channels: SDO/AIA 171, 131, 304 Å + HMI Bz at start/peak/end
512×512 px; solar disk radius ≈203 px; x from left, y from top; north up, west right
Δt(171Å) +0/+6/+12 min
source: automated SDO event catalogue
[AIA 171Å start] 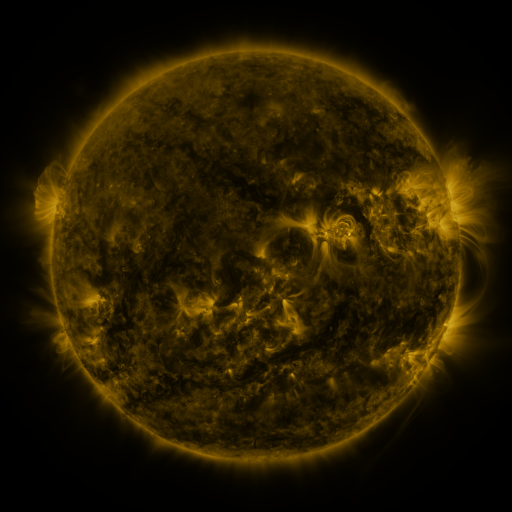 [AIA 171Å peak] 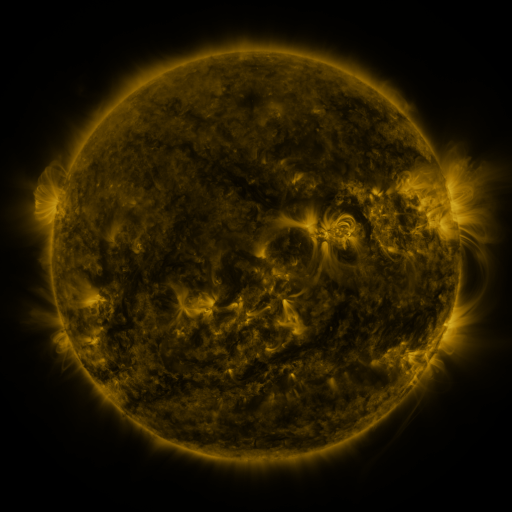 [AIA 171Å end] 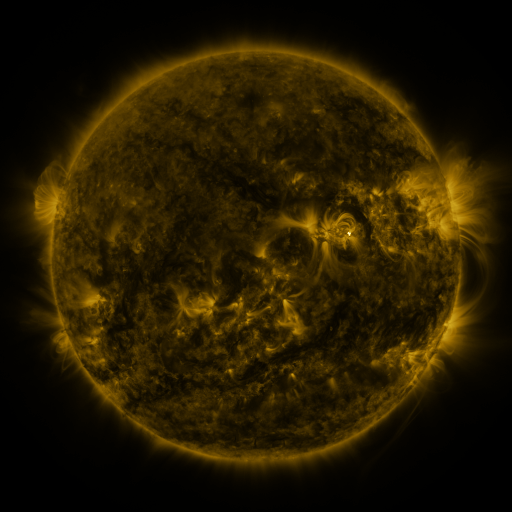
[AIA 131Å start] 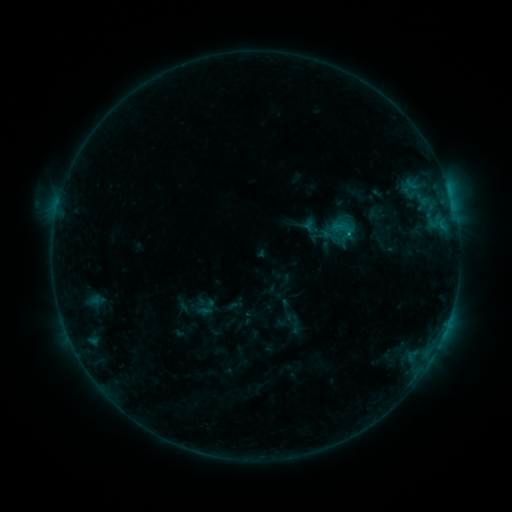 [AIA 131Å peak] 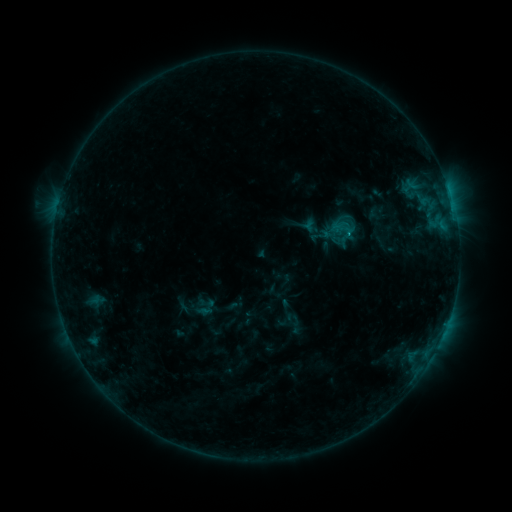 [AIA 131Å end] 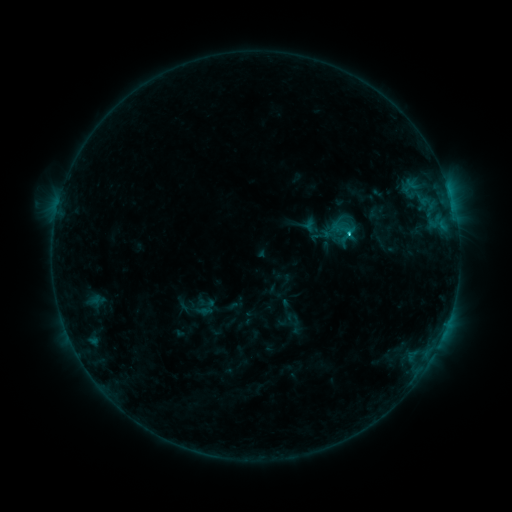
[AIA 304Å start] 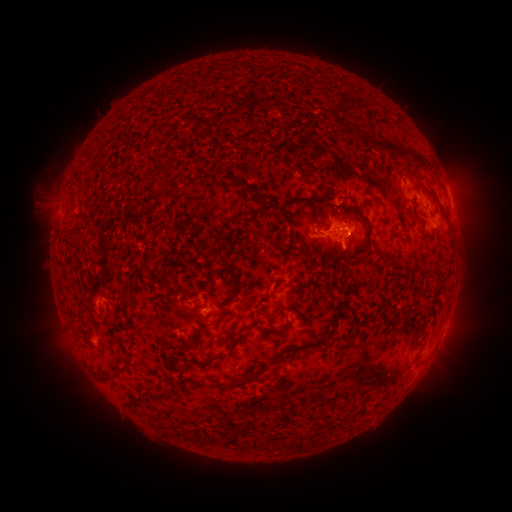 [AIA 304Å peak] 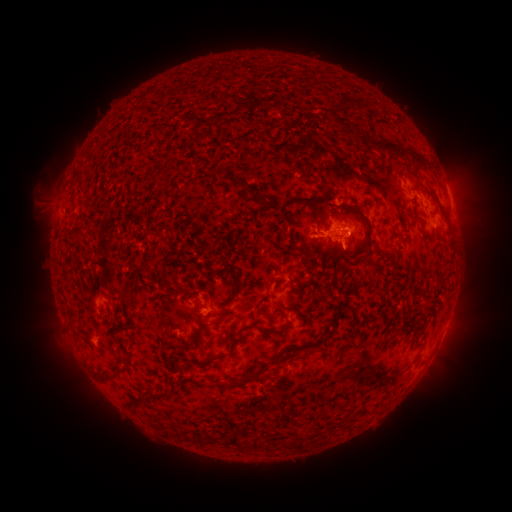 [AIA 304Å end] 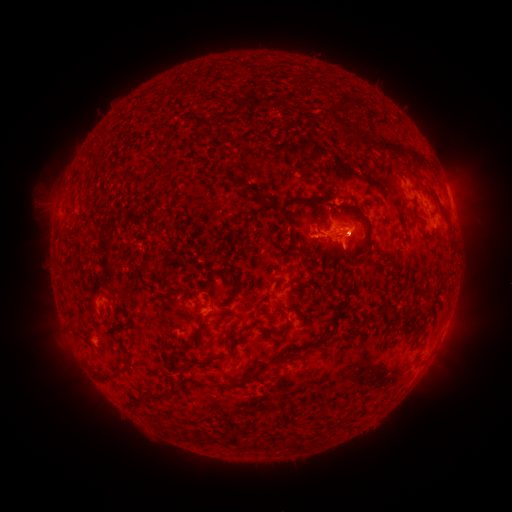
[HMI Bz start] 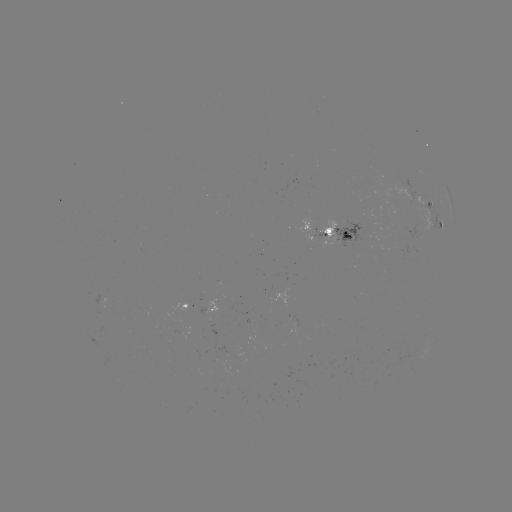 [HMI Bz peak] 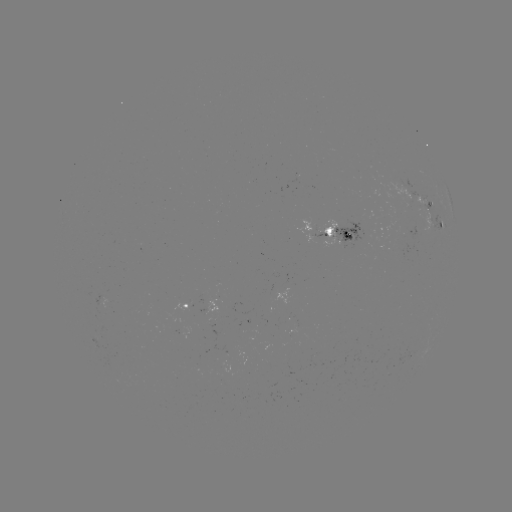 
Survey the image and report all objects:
C1.2 flare: (347, 236)
